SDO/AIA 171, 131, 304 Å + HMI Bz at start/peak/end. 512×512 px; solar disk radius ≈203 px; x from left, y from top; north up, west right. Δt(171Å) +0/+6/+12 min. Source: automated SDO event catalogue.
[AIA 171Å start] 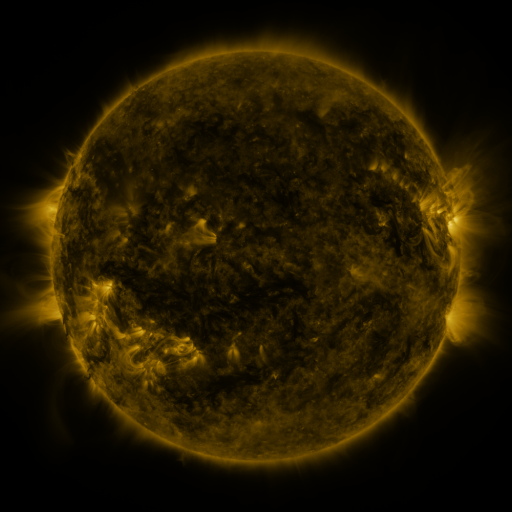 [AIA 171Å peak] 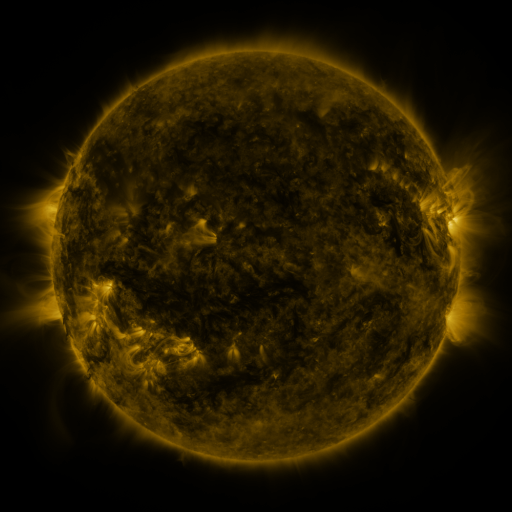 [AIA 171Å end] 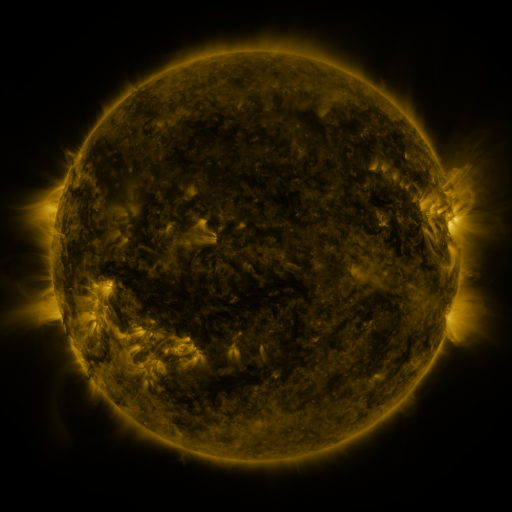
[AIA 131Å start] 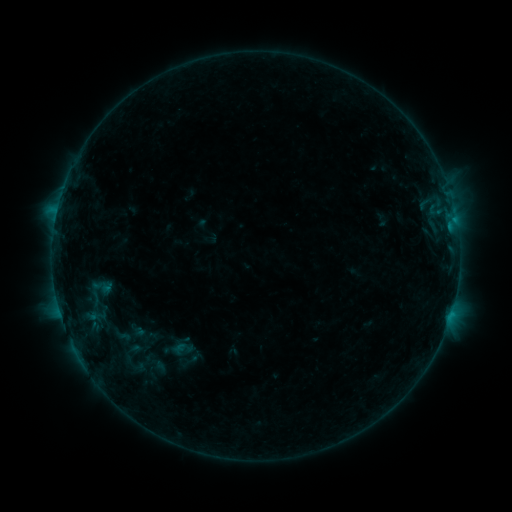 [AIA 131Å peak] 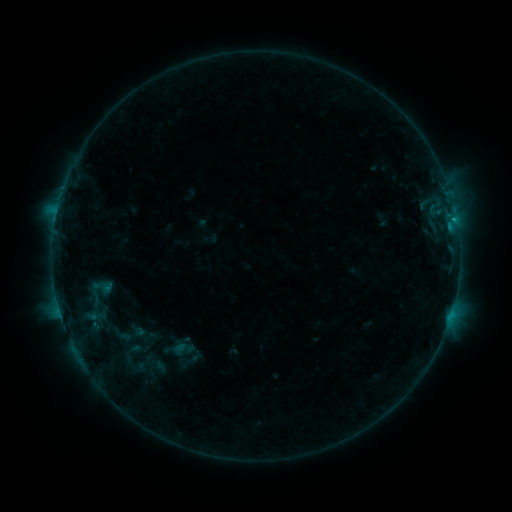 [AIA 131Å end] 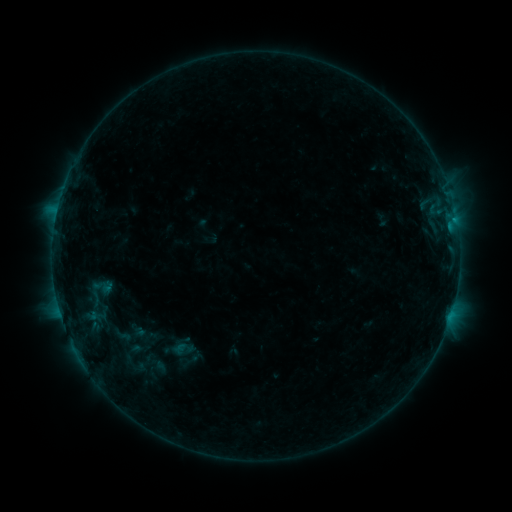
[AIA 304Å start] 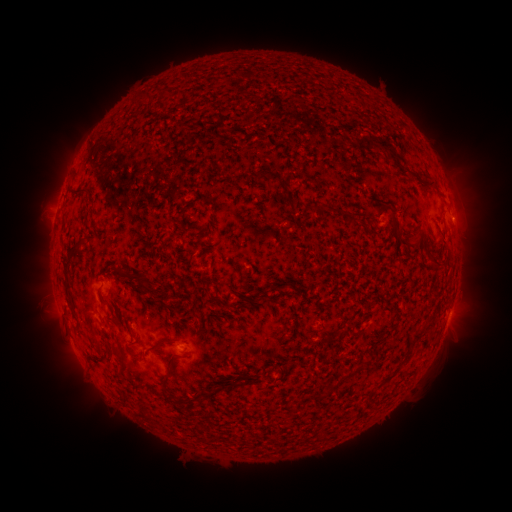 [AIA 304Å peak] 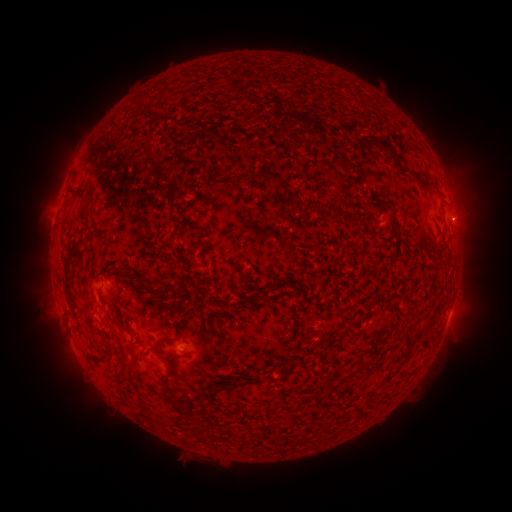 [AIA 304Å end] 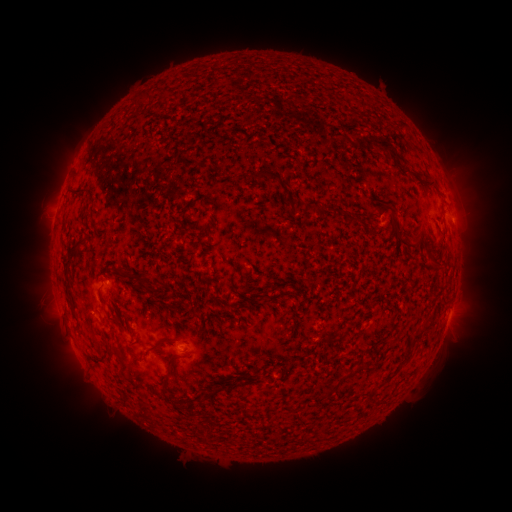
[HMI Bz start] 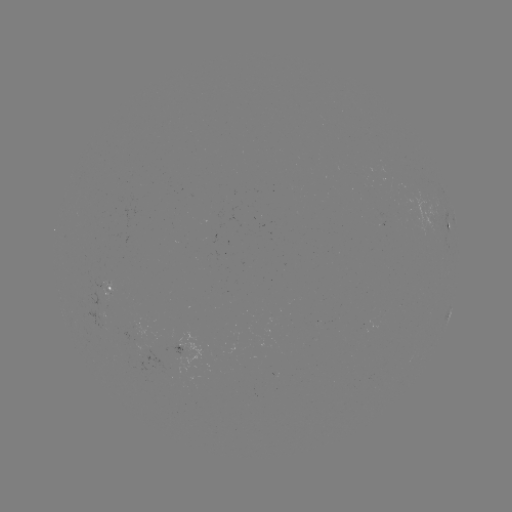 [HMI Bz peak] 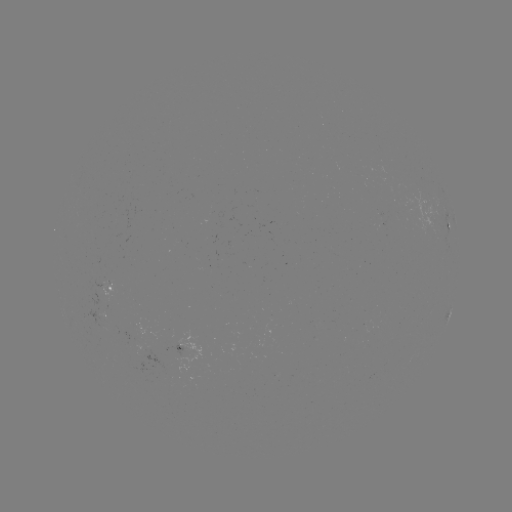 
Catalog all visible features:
eruption: (468, 217)
